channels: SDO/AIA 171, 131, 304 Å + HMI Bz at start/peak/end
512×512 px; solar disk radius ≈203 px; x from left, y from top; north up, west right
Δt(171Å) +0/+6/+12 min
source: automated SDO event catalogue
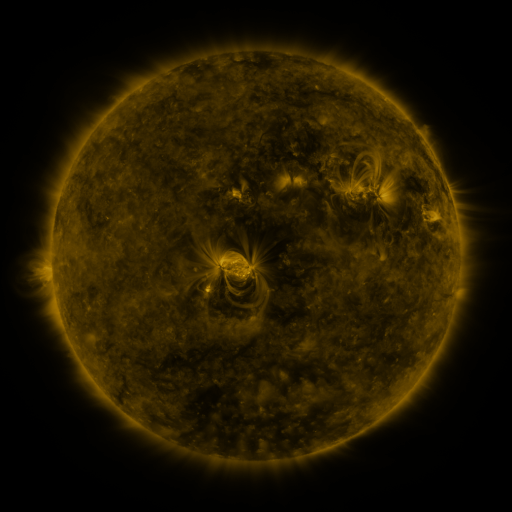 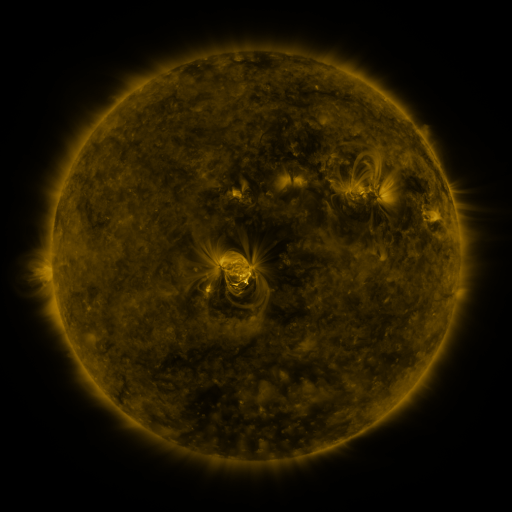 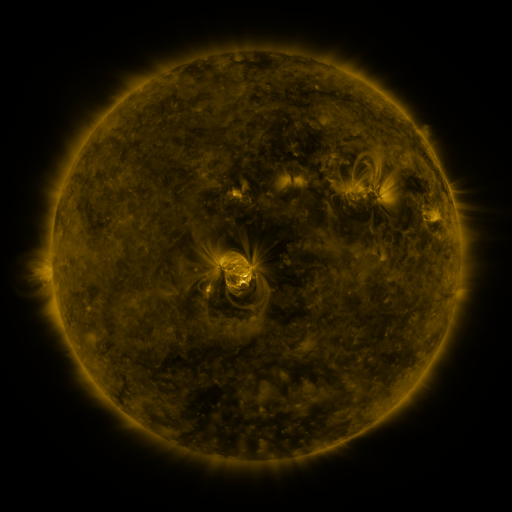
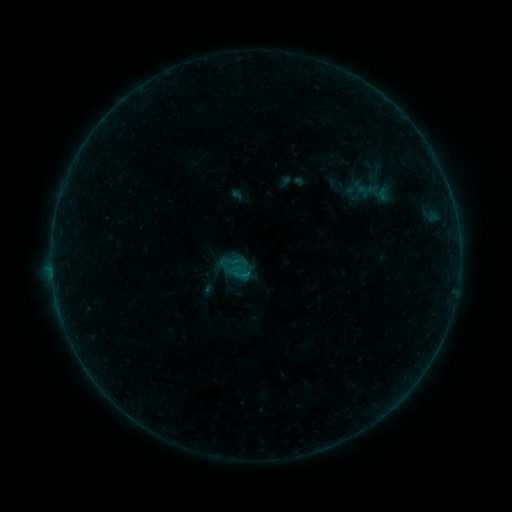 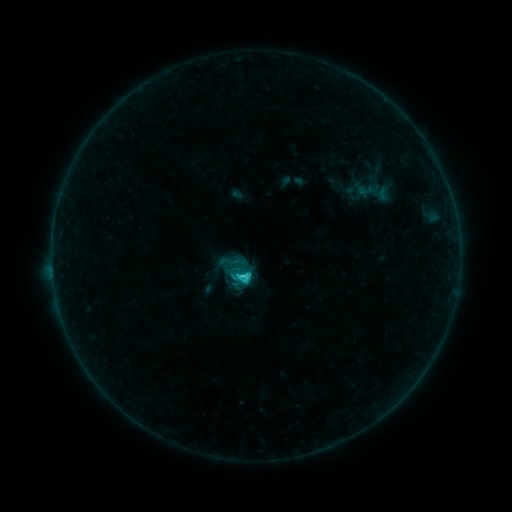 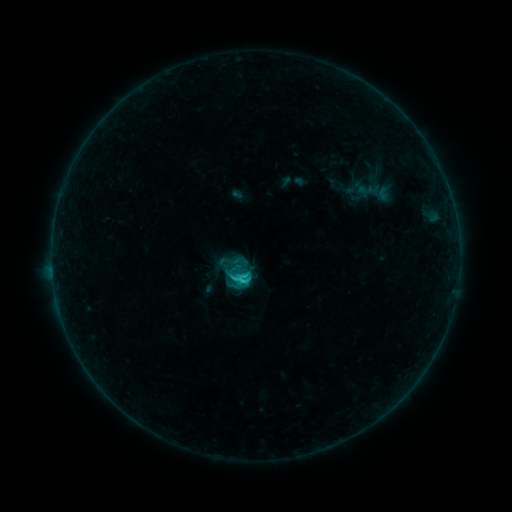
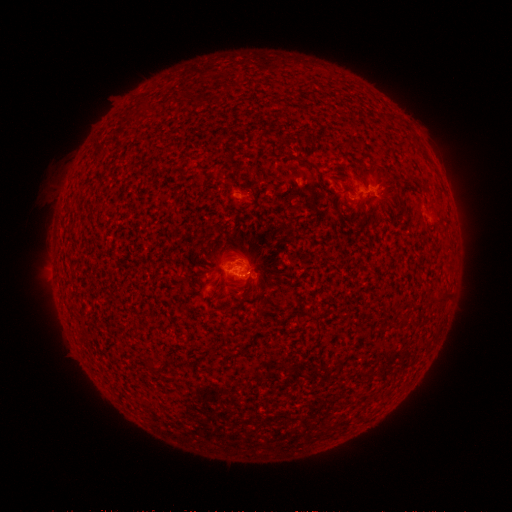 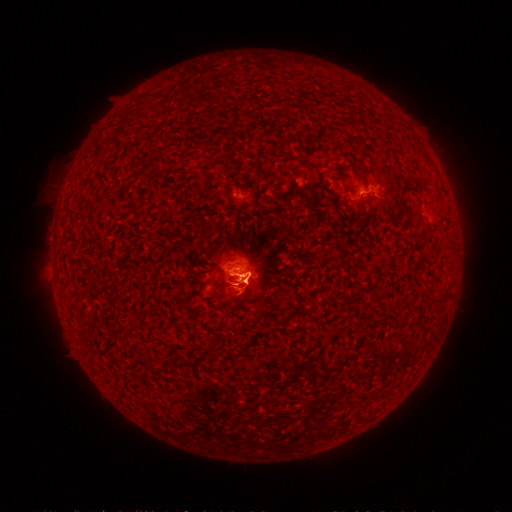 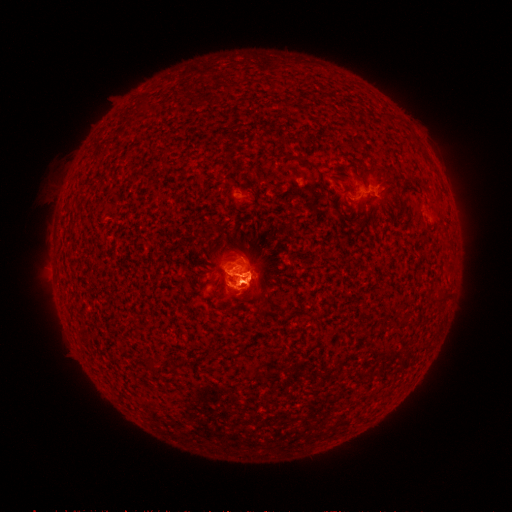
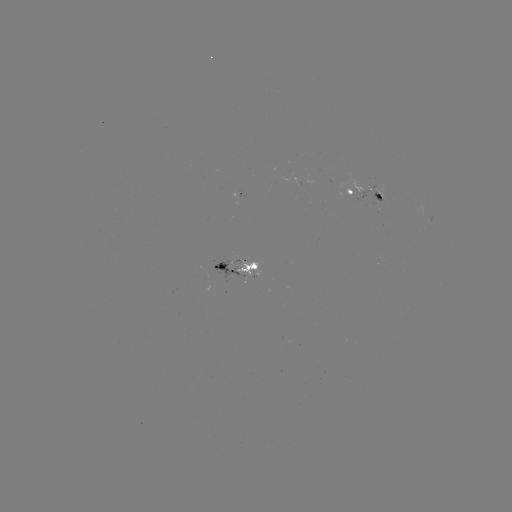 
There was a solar eruption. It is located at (245, 286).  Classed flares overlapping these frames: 1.